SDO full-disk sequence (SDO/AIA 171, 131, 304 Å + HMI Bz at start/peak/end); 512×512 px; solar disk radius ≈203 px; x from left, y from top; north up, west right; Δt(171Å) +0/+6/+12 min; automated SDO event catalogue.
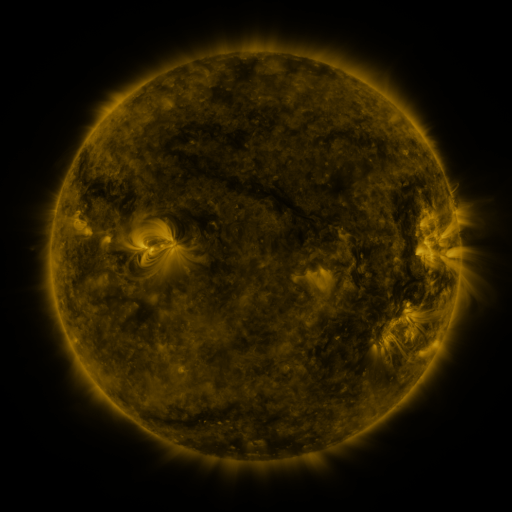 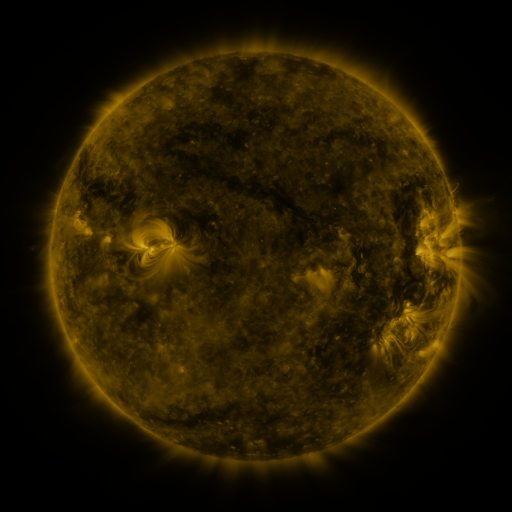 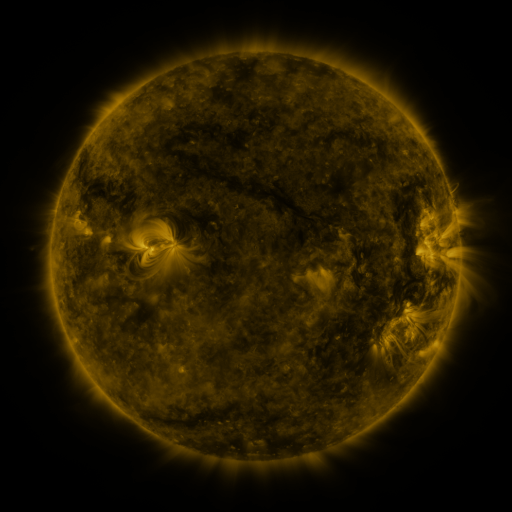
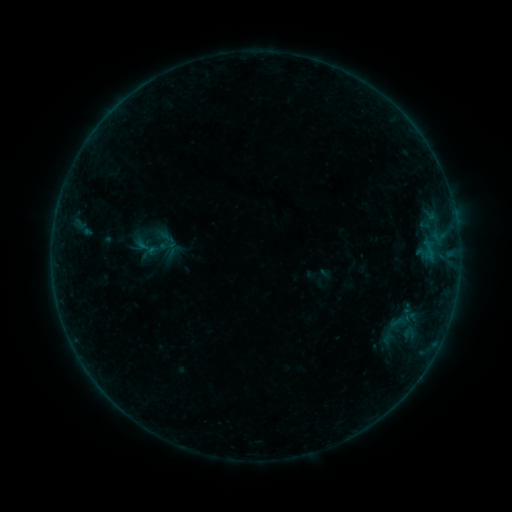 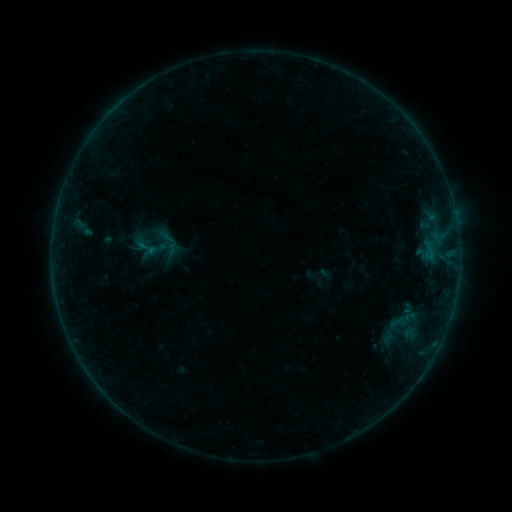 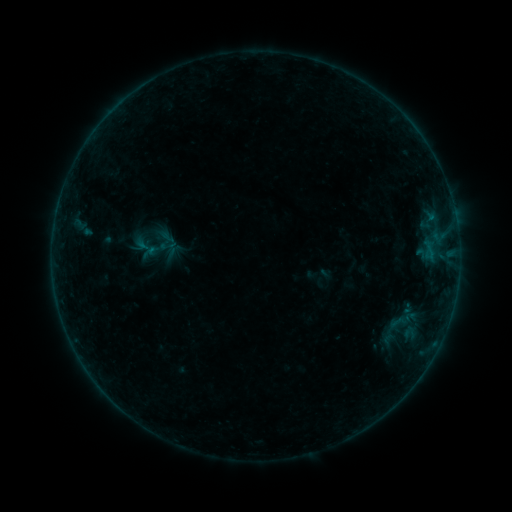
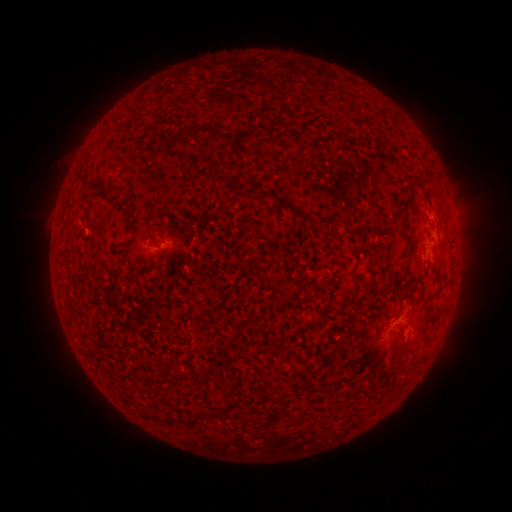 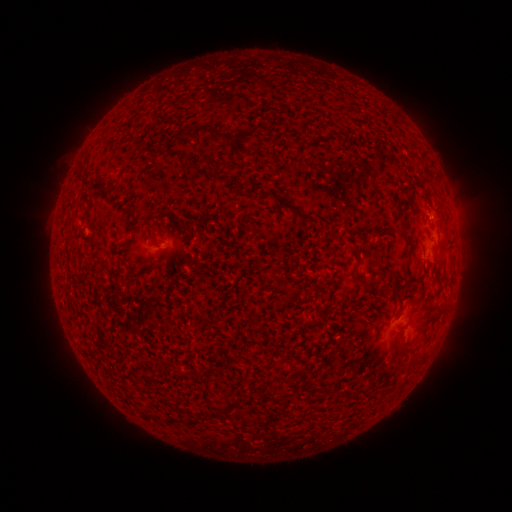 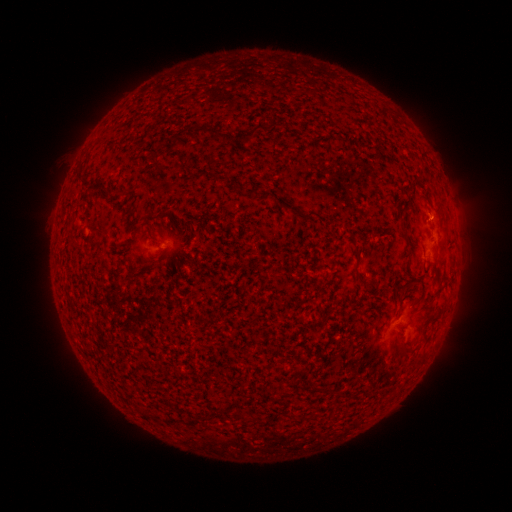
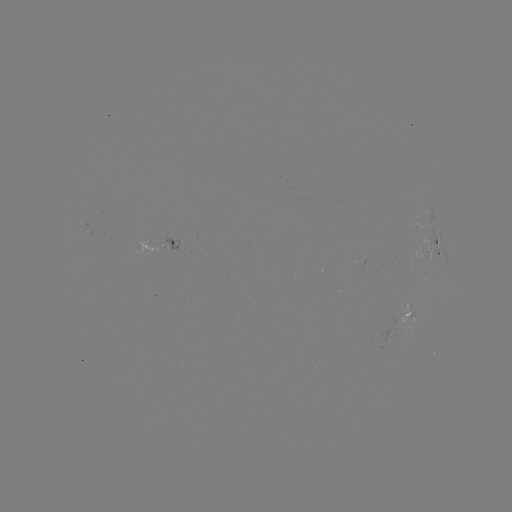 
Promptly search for B1.3 flare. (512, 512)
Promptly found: (432, 221).